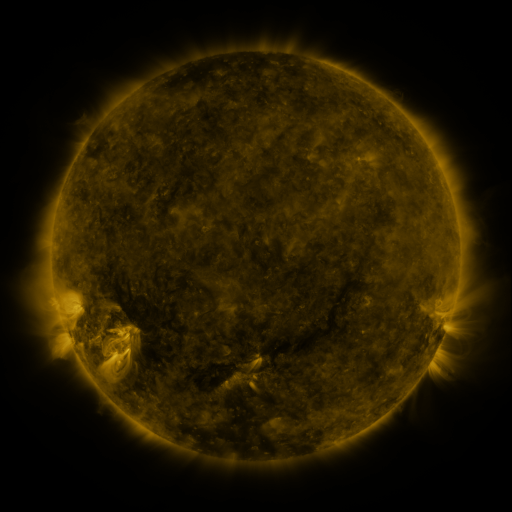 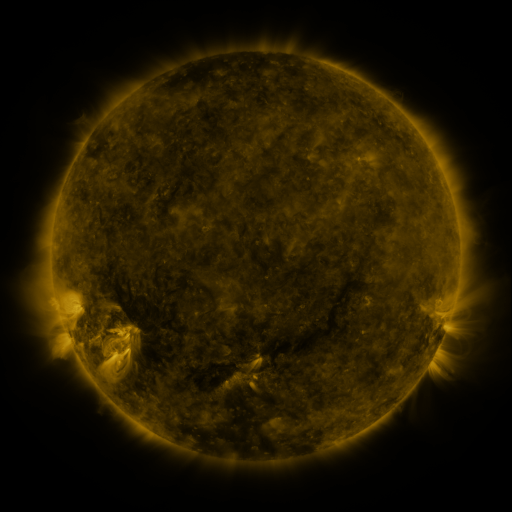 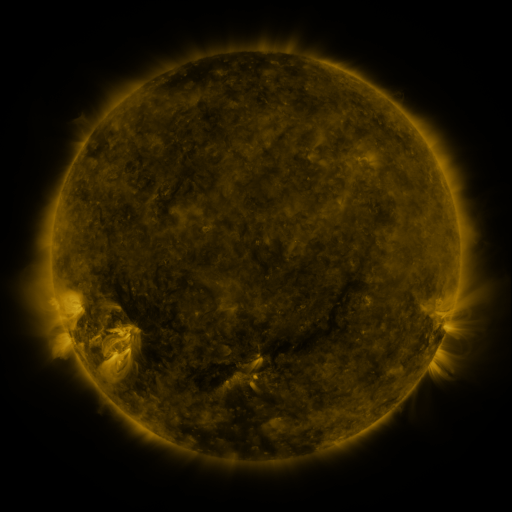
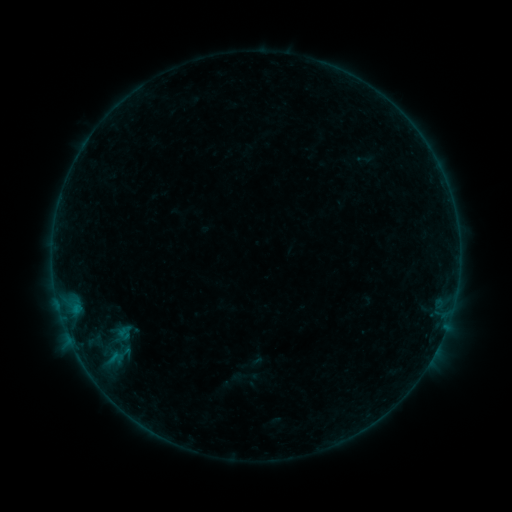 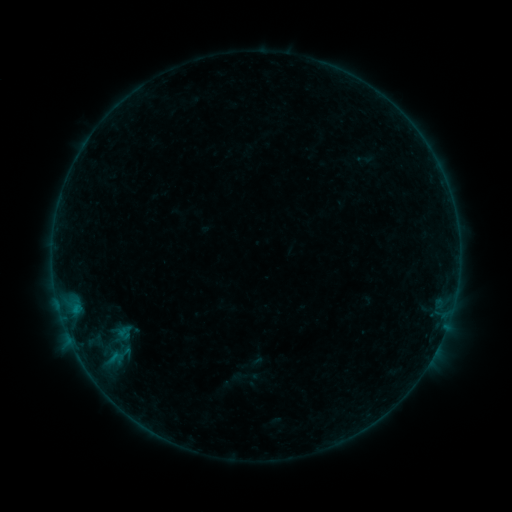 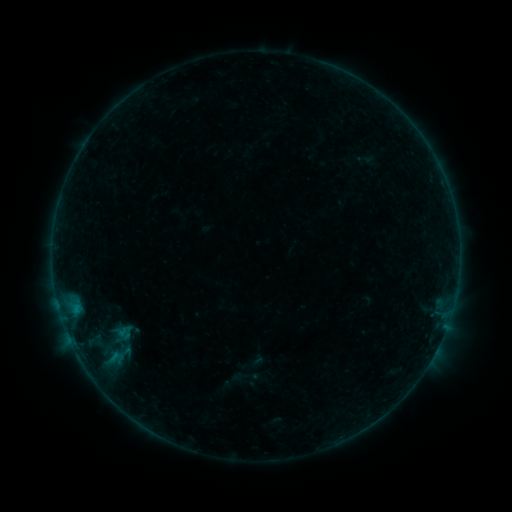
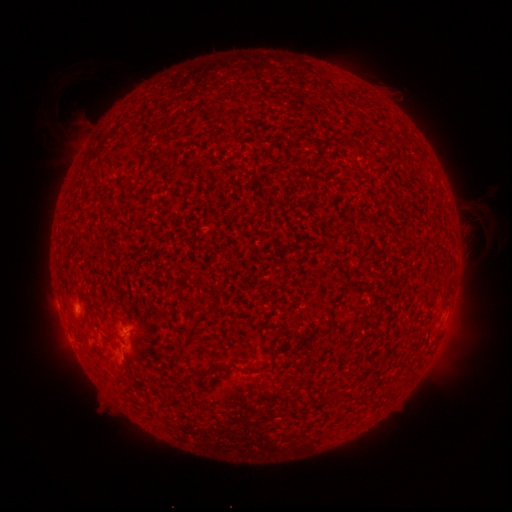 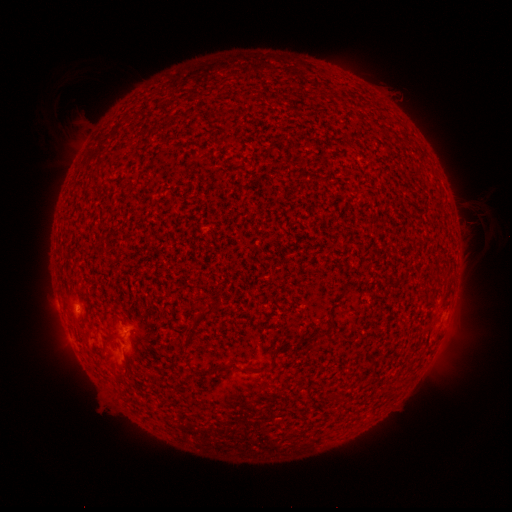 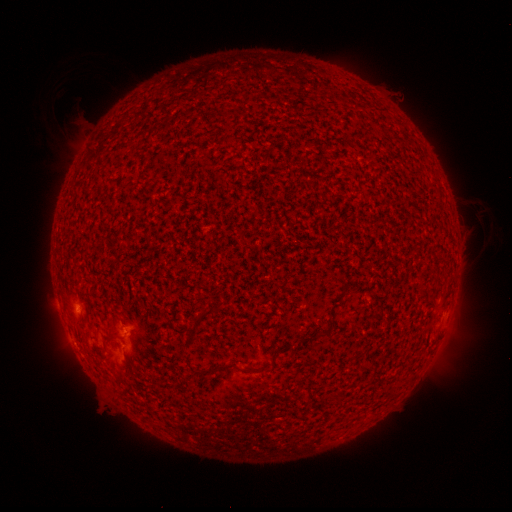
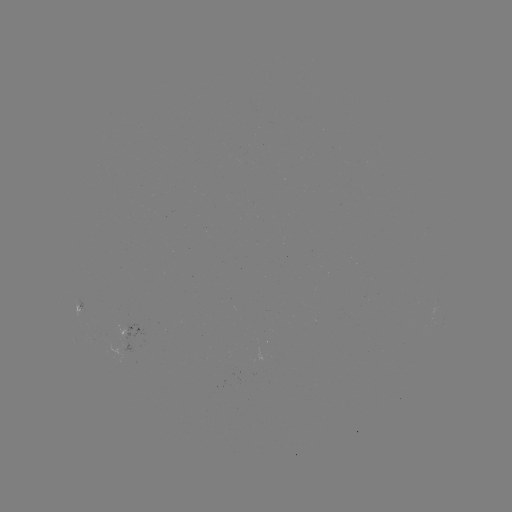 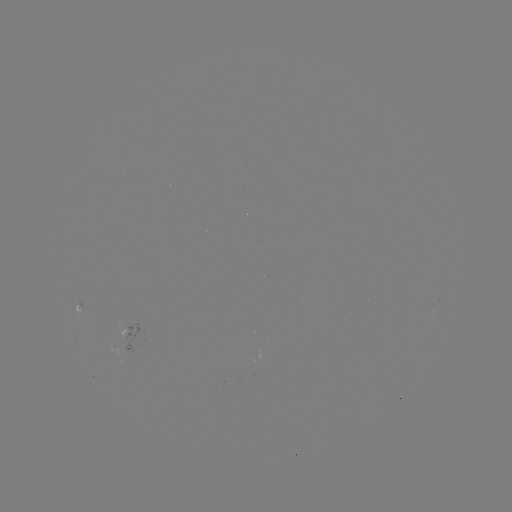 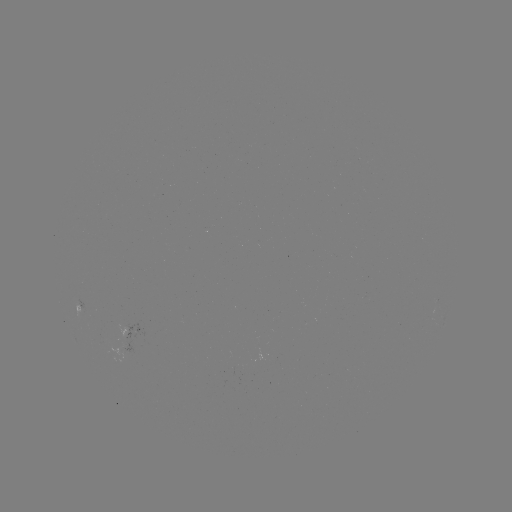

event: flare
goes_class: B1.7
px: (75, 307)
